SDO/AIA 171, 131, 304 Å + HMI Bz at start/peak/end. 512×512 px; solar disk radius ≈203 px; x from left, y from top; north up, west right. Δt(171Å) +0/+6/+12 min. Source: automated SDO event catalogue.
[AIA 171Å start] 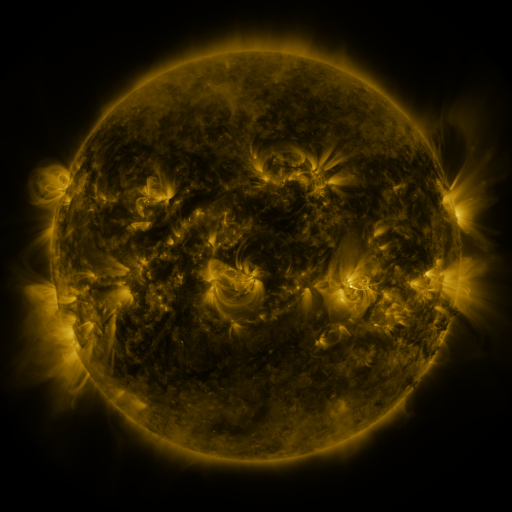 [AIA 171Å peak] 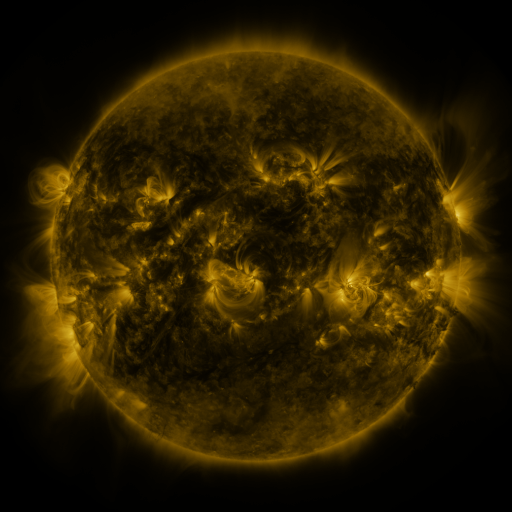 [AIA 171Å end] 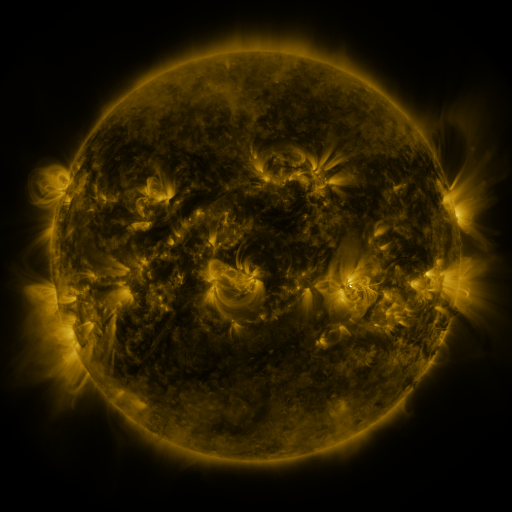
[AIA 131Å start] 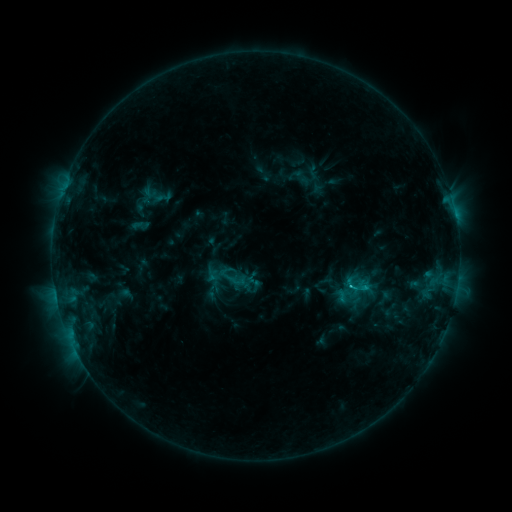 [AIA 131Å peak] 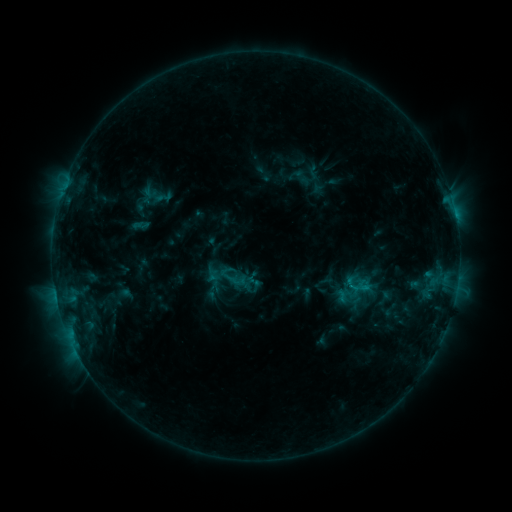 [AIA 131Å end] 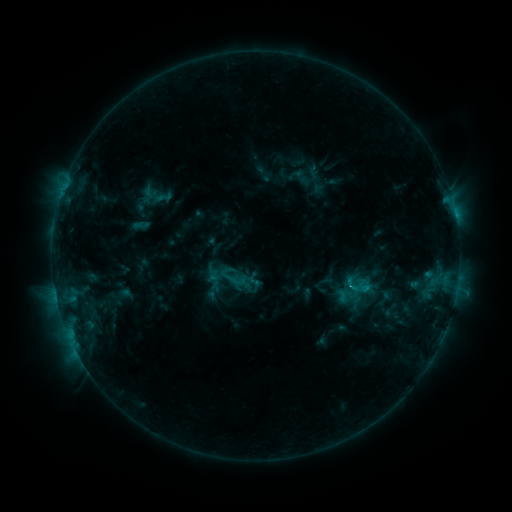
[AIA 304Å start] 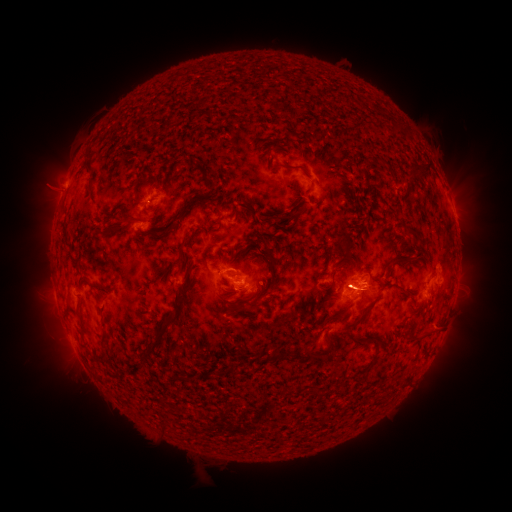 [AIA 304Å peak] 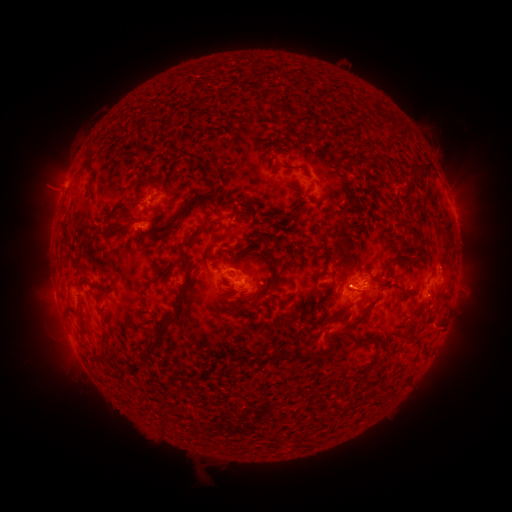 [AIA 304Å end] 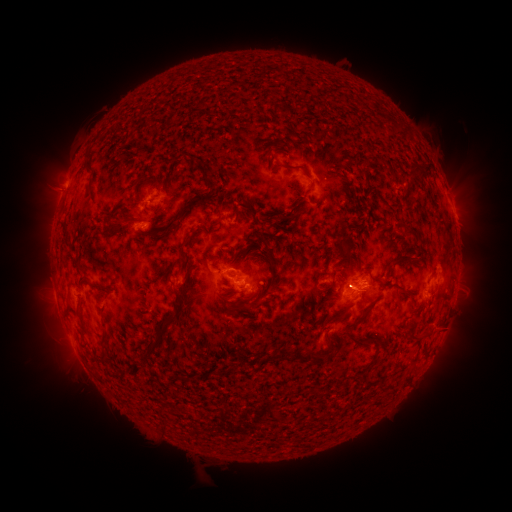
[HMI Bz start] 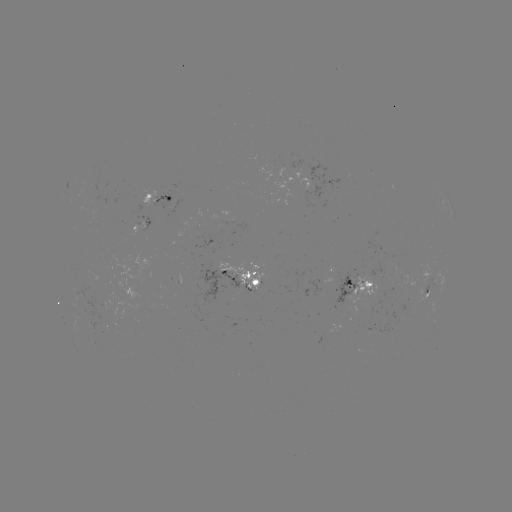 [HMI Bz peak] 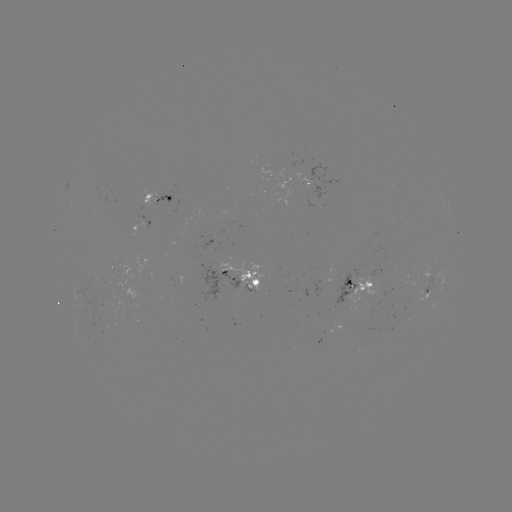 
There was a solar flare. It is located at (348, 284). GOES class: C1.1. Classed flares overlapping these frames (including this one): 1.